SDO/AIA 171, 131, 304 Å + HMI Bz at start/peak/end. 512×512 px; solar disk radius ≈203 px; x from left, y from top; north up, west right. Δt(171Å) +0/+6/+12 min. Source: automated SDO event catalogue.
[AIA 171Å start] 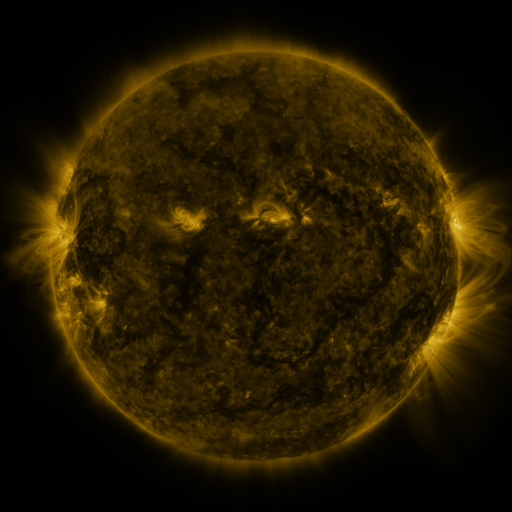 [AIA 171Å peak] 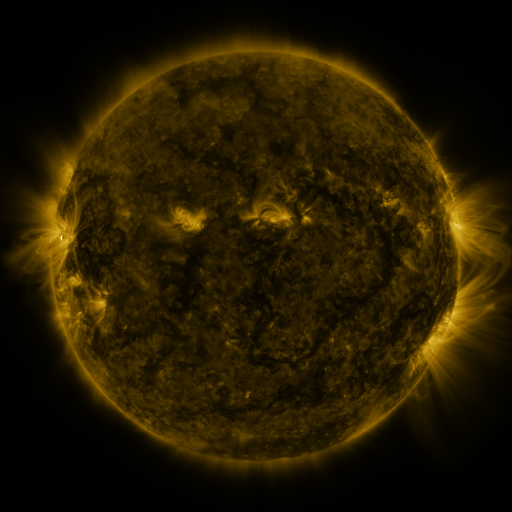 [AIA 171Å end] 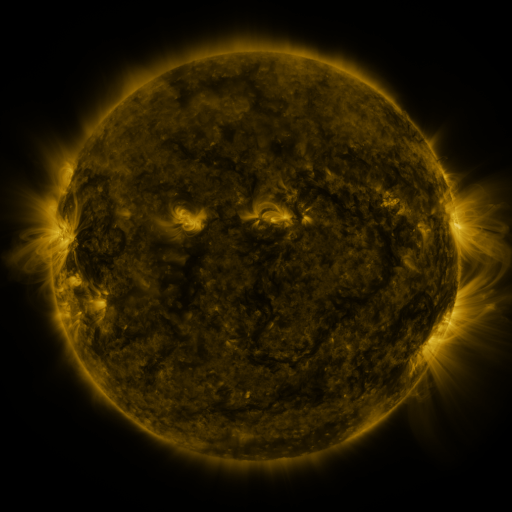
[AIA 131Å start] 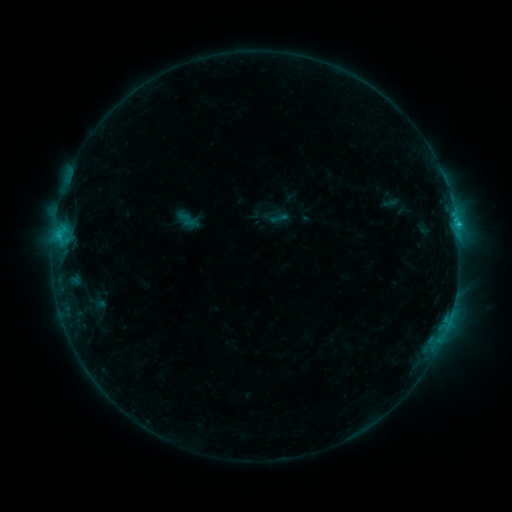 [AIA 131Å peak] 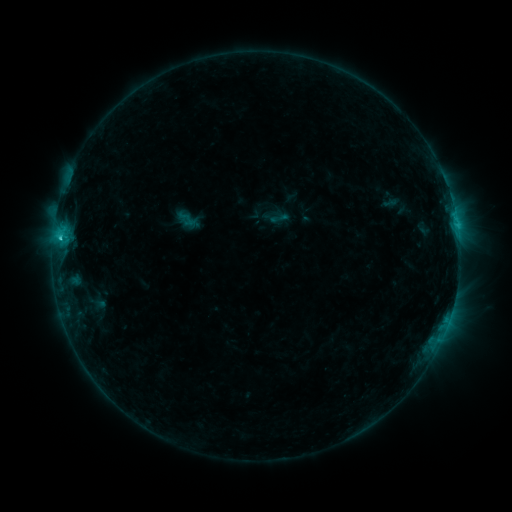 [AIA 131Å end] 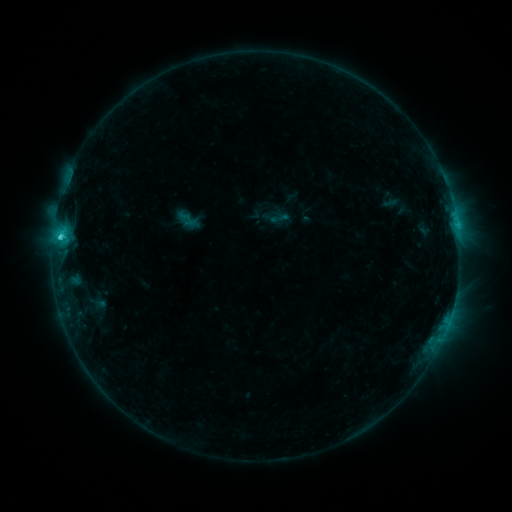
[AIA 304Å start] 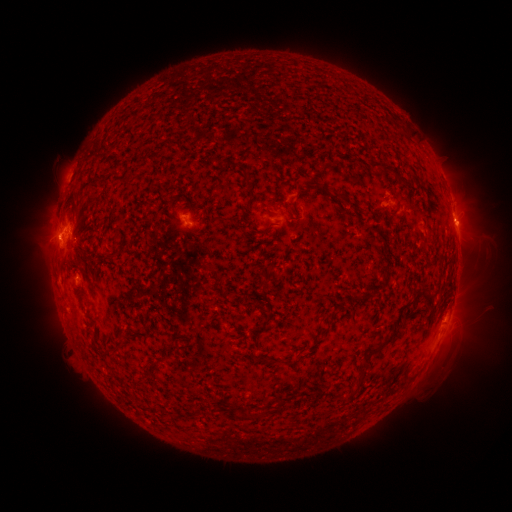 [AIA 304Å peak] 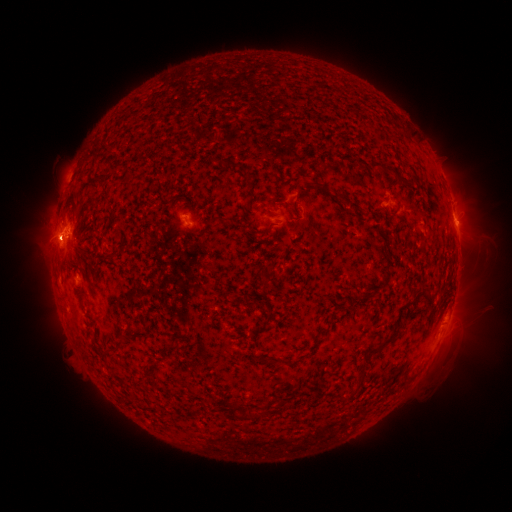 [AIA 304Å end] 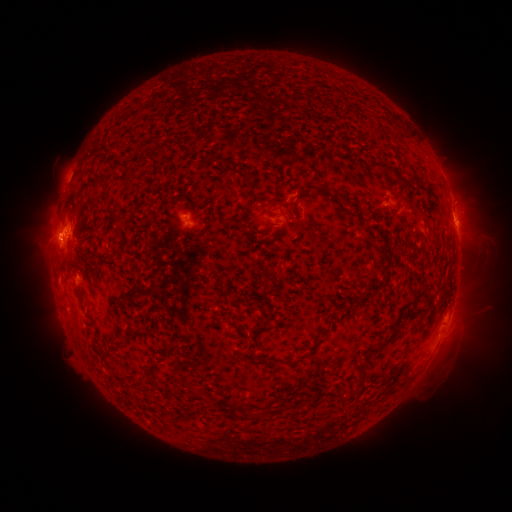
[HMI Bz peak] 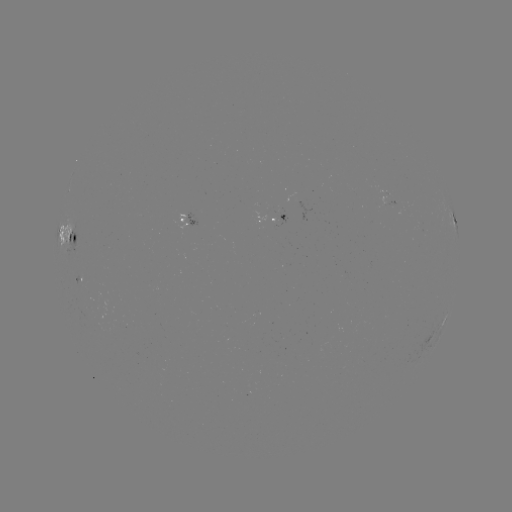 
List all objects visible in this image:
C2.3 flare: (60, 239)
